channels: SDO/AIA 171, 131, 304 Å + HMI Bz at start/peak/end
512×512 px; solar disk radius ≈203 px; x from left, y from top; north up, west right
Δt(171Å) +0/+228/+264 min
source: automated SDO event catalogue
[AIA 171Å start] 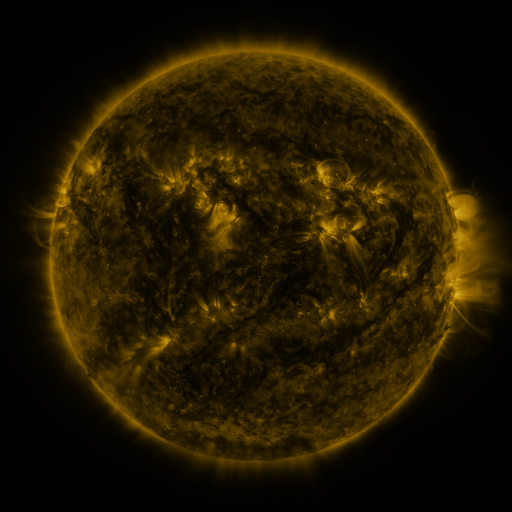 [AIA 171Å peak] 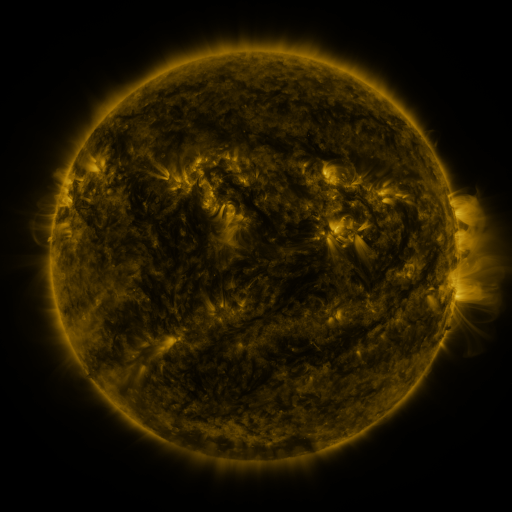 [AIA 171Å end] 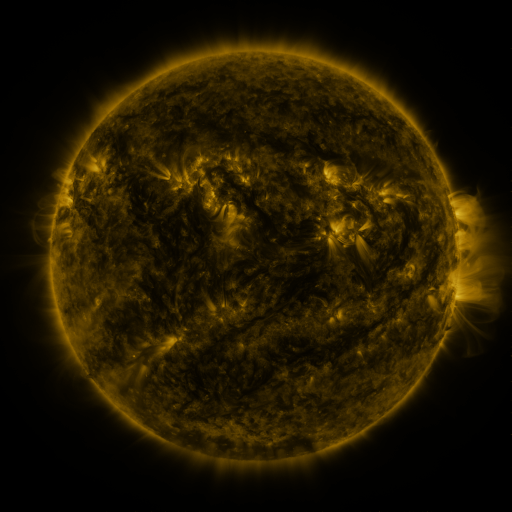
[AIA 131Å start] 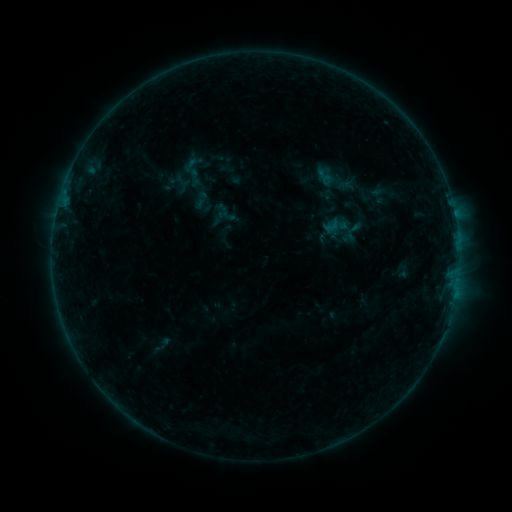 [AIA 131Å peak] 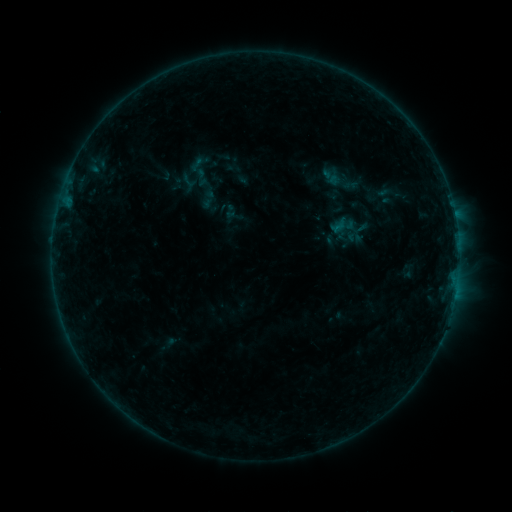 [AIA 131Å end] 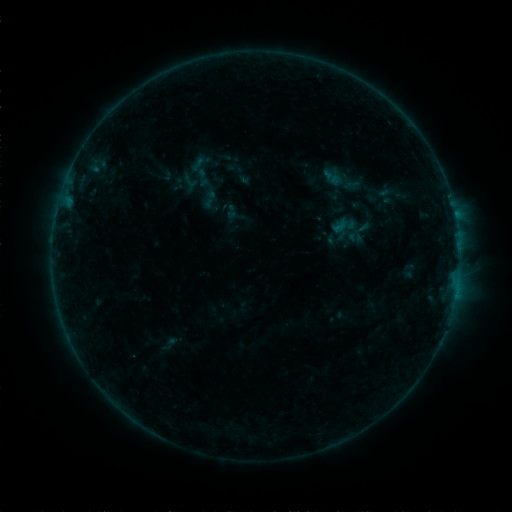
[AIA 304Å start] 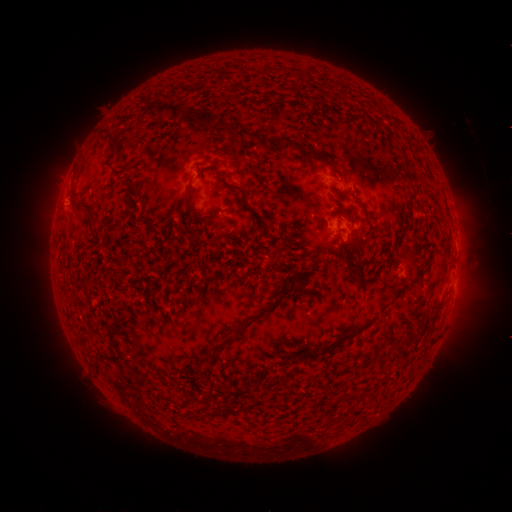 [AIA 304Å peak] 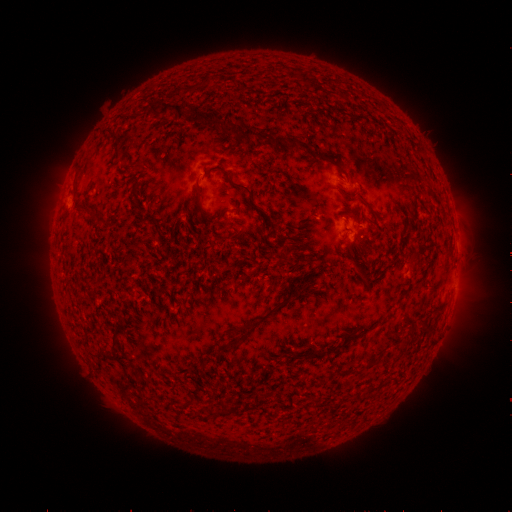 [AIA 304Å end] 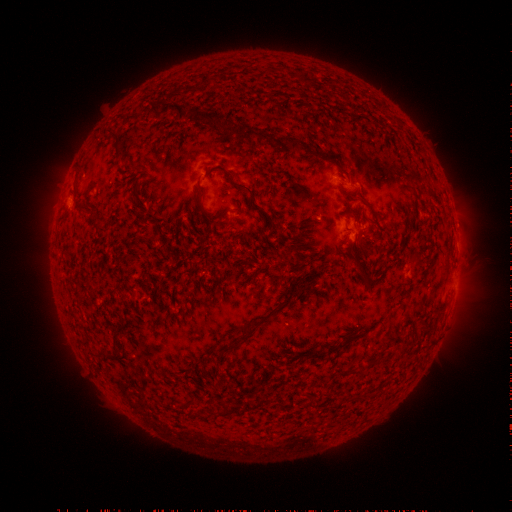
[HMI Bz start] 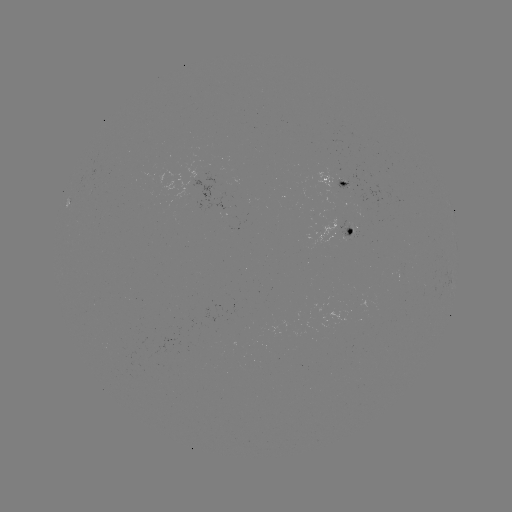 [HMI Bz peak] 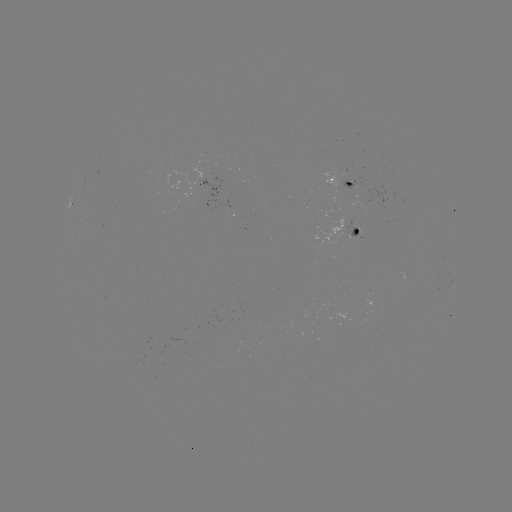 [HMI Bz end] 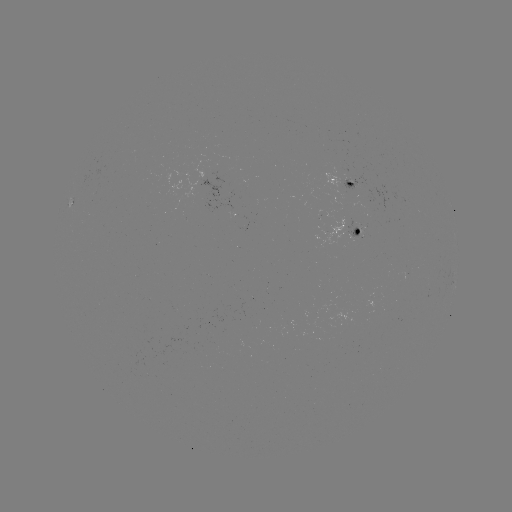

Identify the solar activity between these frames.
emerging-flux region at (357, 232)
